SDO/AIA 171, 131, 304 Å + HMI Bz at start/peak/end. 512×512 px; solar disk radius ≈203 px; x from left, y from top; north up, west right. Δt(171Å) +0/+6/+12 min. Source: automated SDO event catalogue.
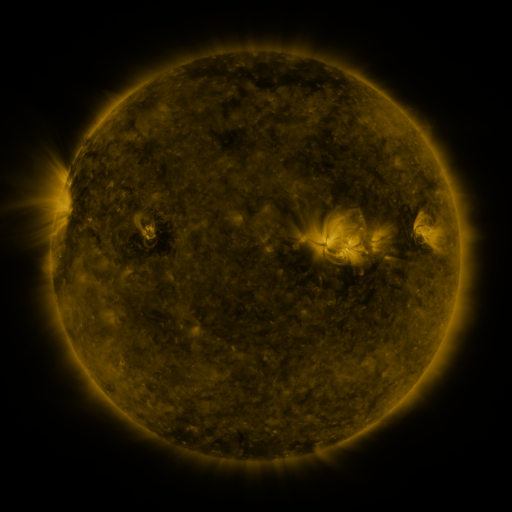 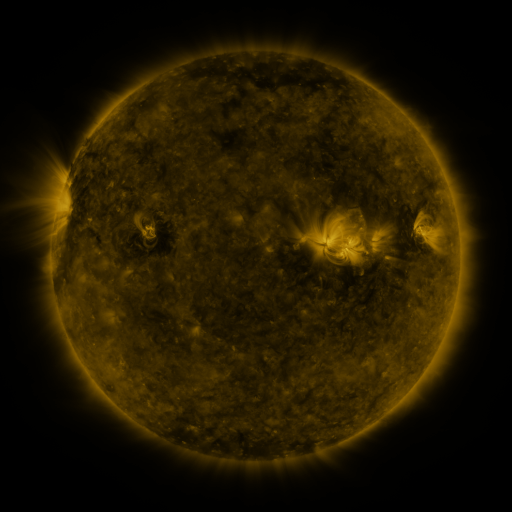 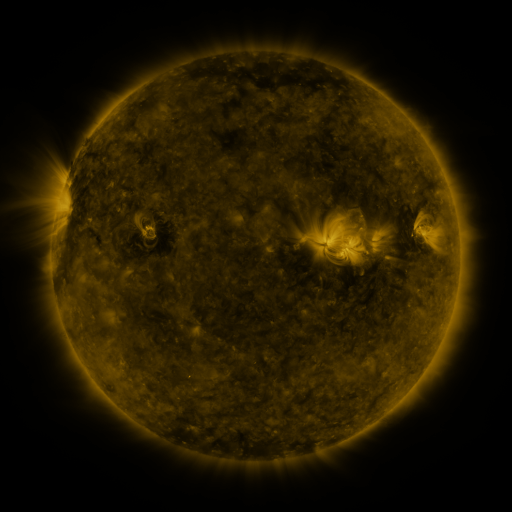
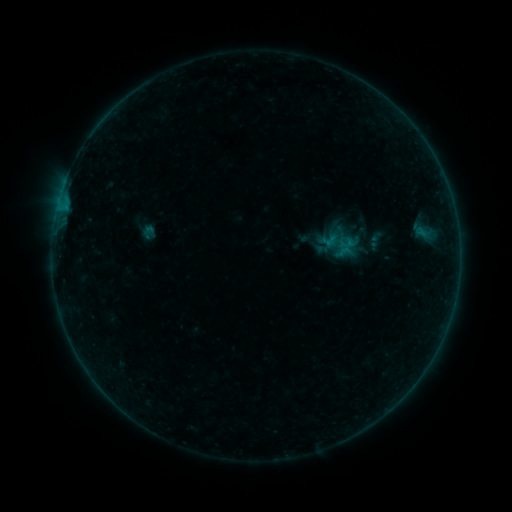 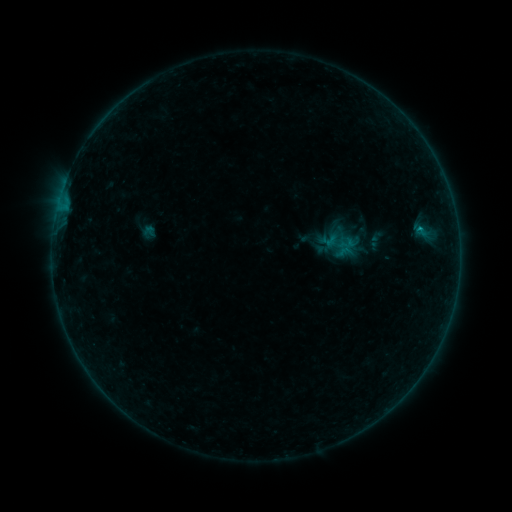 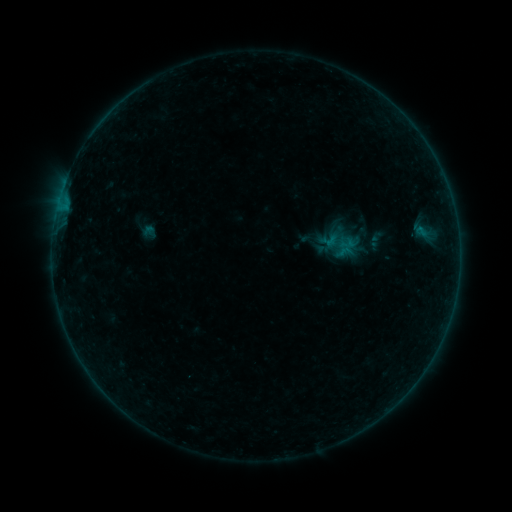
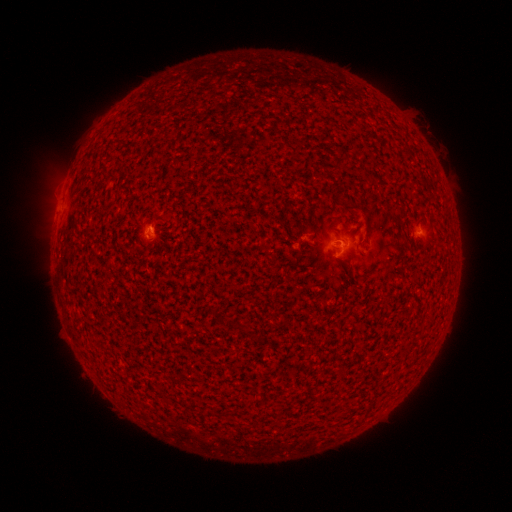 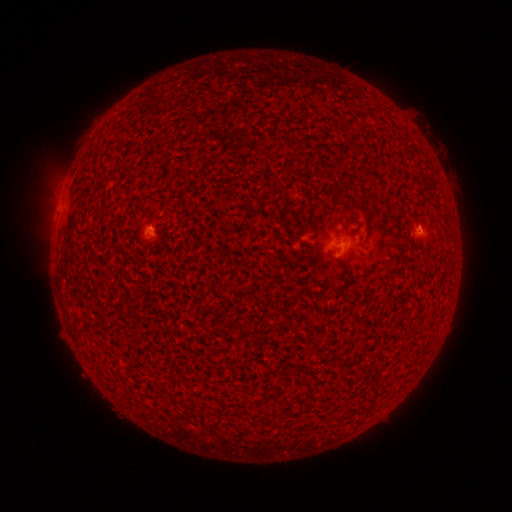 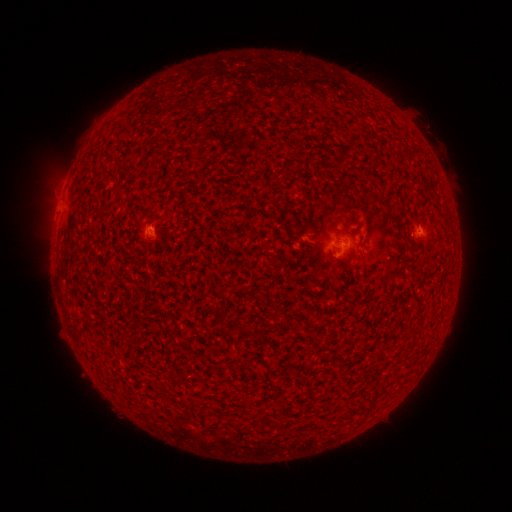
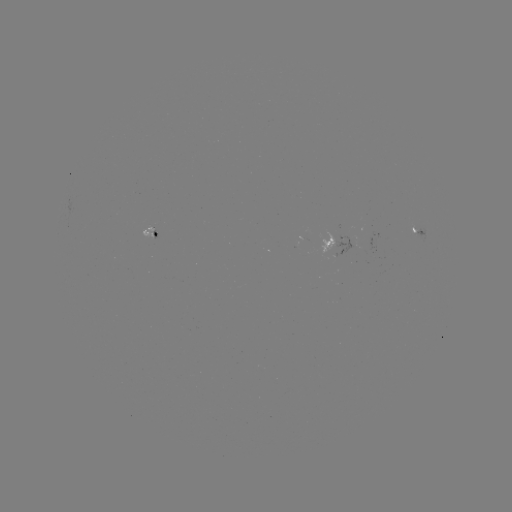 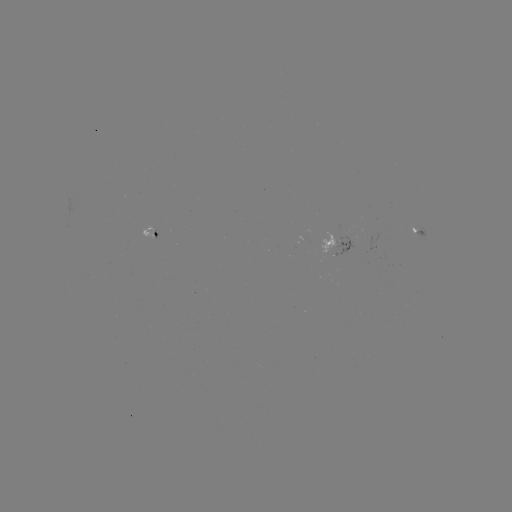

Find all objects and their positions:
B1.8 flare: (419, 230)
